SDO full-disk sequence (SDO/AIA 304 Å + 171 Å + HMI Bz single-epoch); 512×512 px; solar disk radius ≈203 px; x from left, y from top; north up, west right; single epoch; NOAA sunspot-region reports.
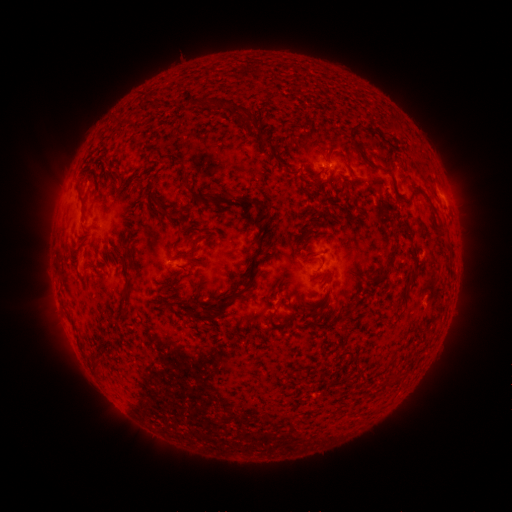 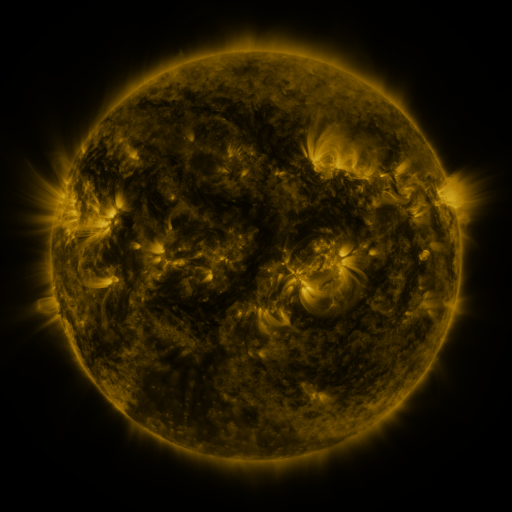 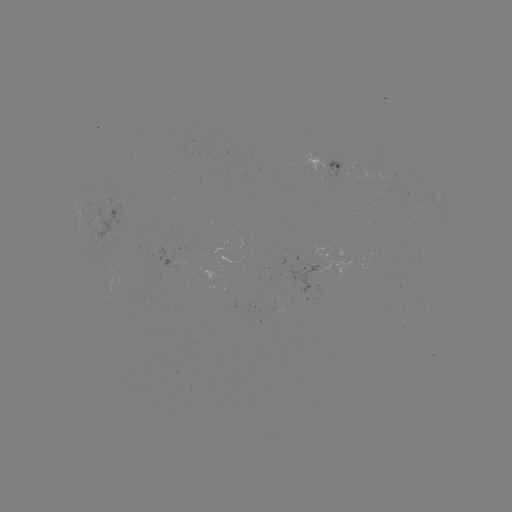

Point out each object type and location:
spotted active region: (328, 167)
spotted active region: (443, 199)
spotted active region: (170, 261)
spotted active region: (334, 268)
